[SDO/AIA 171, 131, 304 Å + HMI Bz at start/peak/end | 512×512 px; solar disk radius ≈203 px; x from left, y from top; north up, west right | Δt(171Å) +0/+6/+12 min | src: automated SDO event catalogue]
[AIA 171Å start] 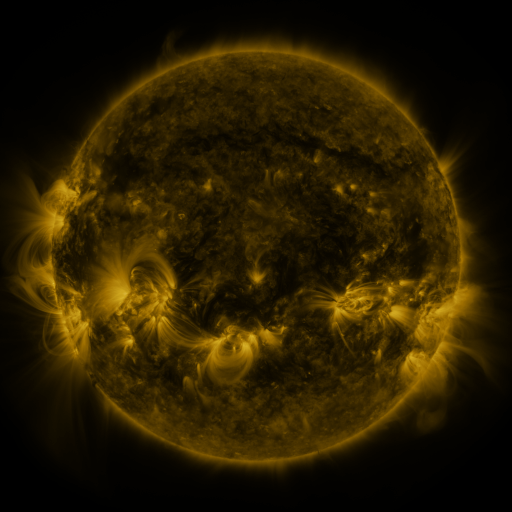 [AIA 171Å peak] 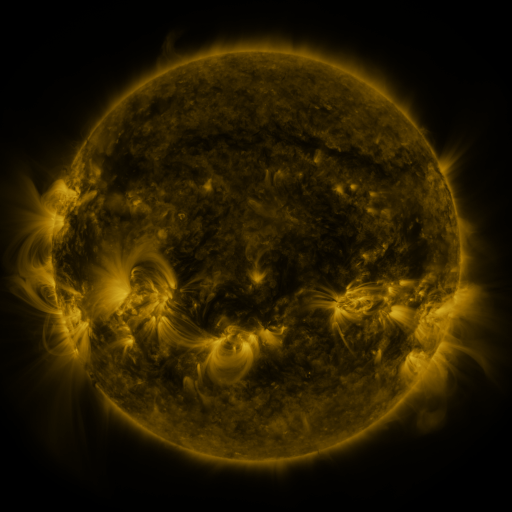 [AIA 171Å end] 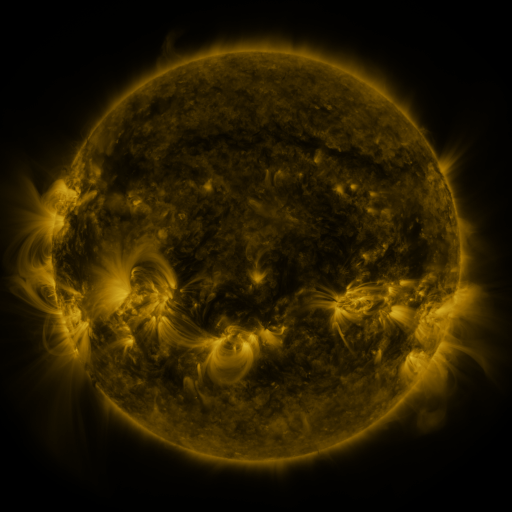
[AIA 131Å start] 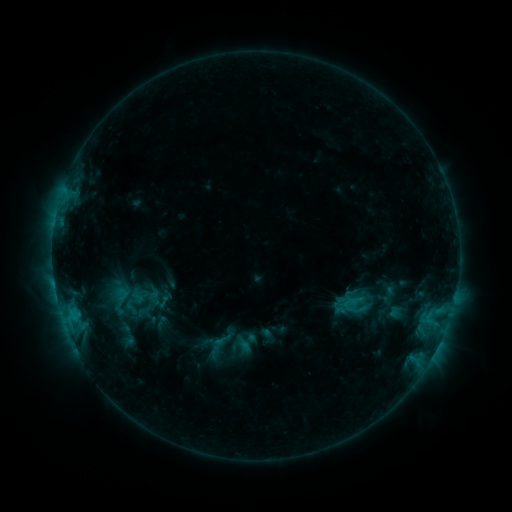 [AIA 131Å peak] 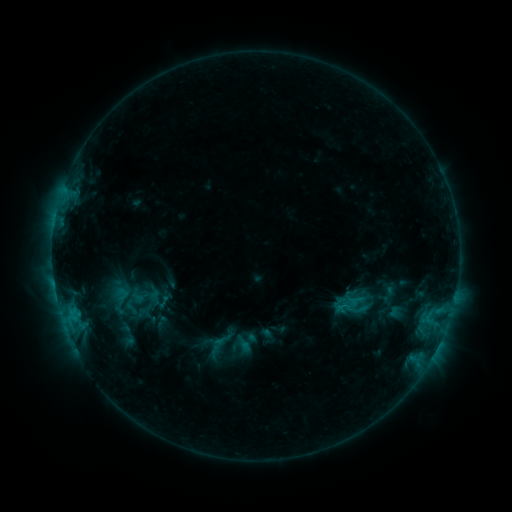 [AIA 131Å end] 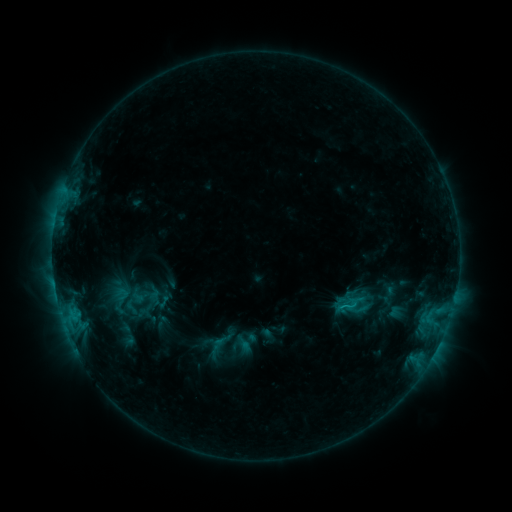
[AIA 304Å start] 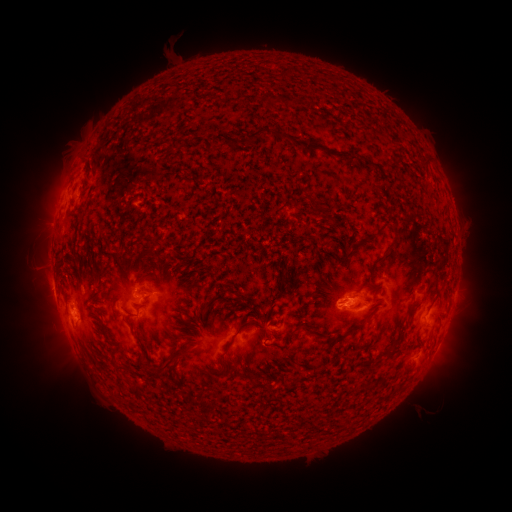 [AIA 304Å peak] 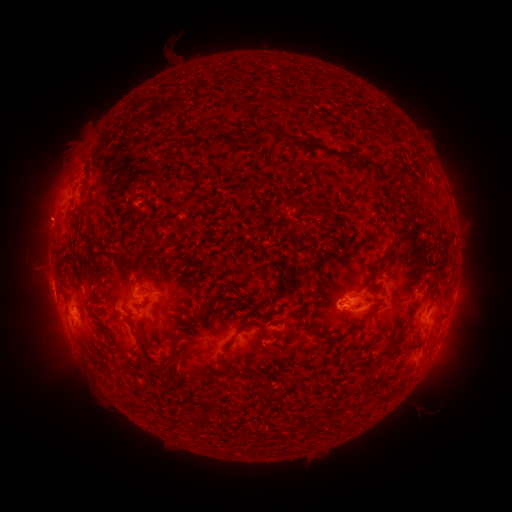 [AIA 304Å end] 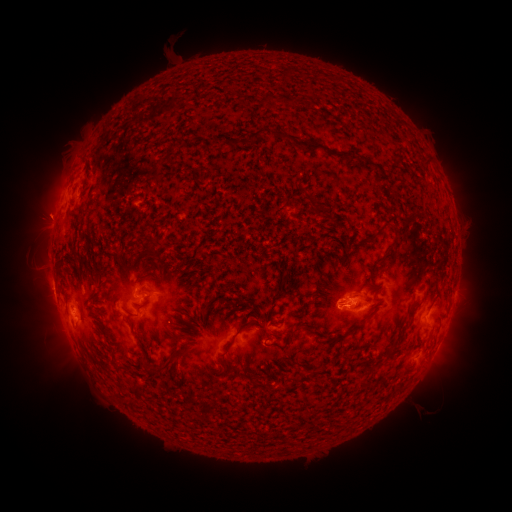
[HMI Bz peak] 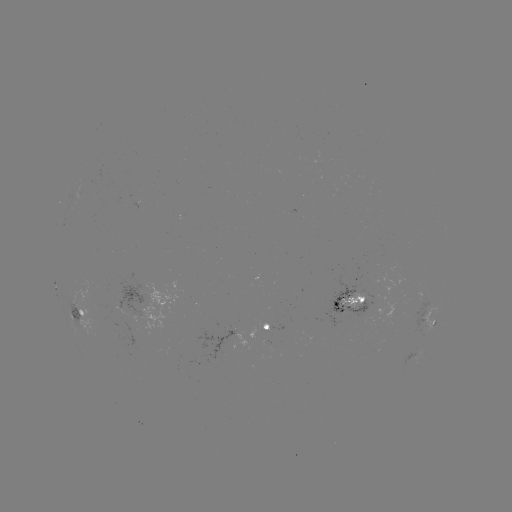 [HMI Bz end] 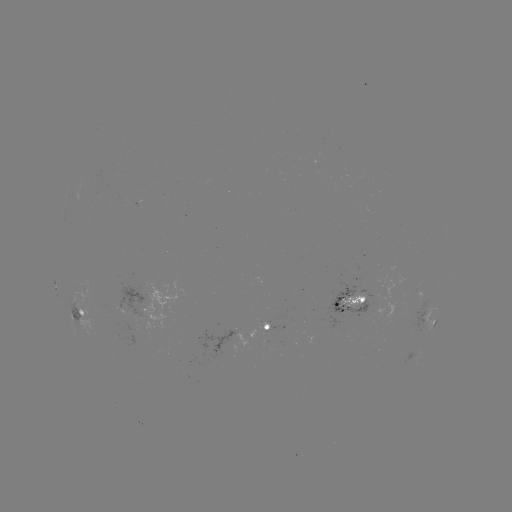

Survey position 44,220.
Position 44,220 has eruption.